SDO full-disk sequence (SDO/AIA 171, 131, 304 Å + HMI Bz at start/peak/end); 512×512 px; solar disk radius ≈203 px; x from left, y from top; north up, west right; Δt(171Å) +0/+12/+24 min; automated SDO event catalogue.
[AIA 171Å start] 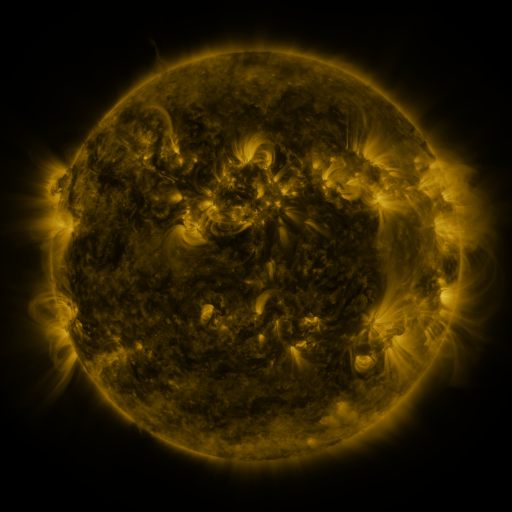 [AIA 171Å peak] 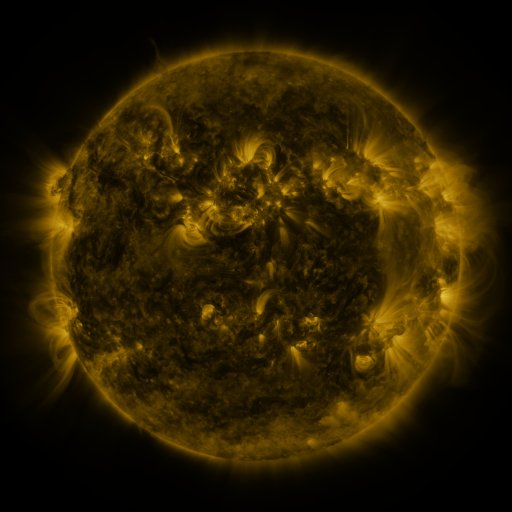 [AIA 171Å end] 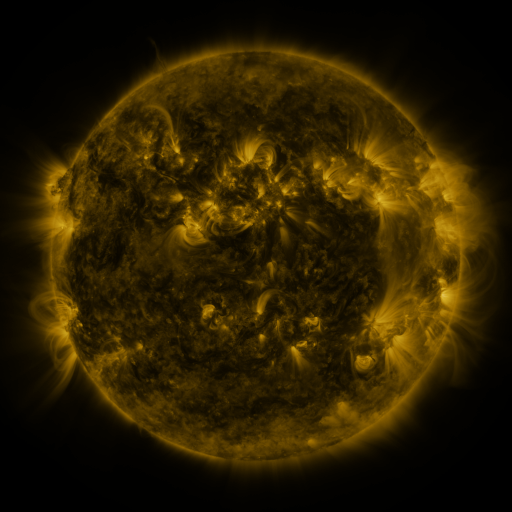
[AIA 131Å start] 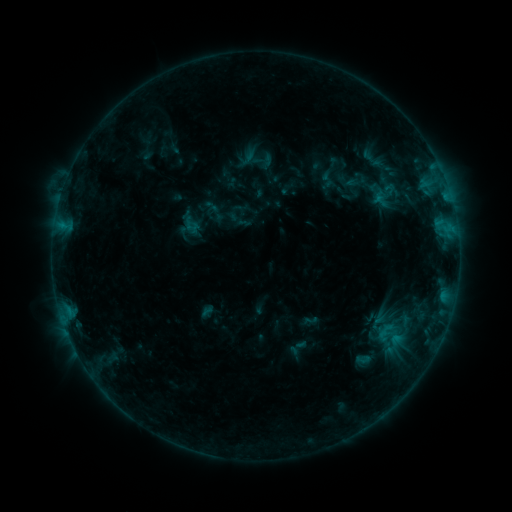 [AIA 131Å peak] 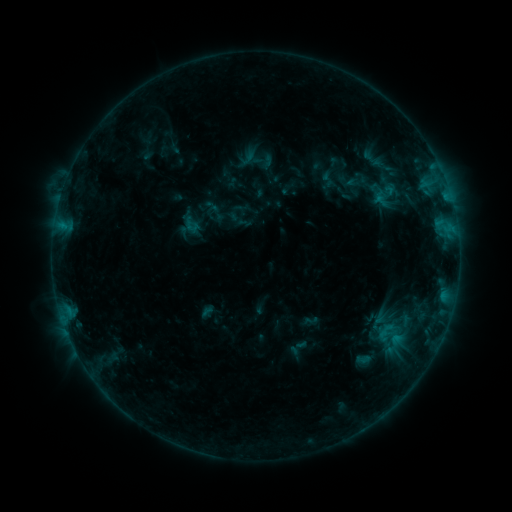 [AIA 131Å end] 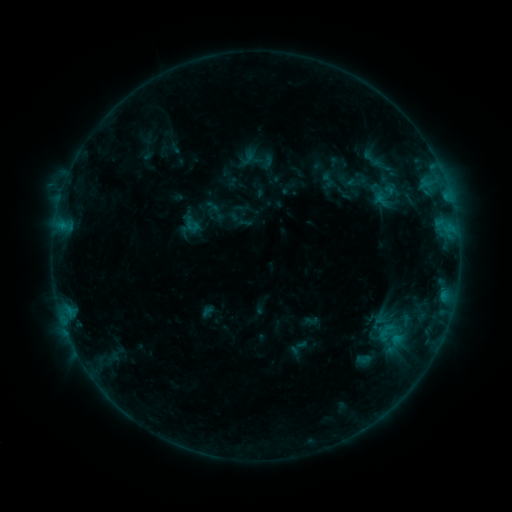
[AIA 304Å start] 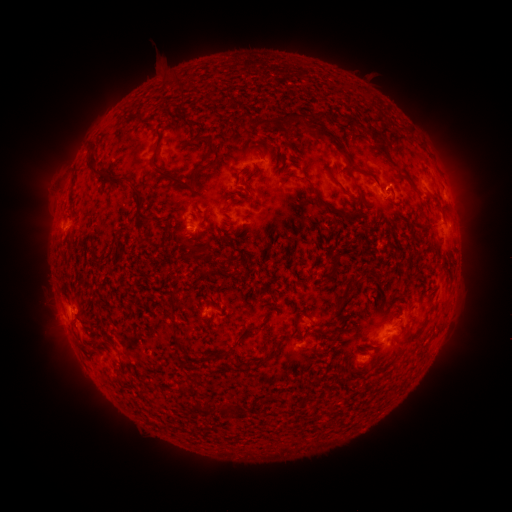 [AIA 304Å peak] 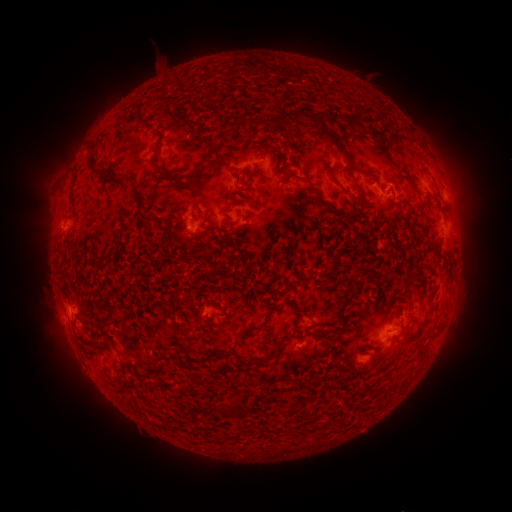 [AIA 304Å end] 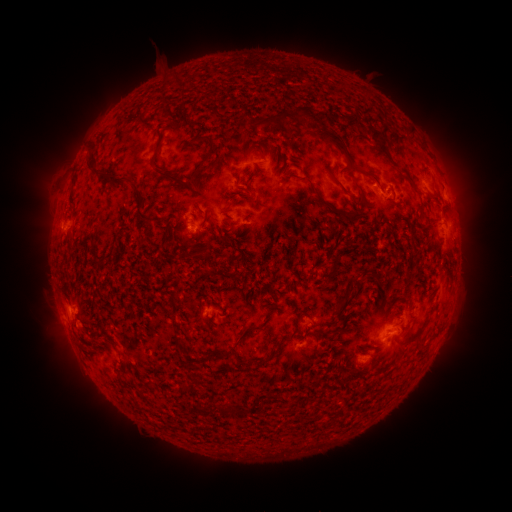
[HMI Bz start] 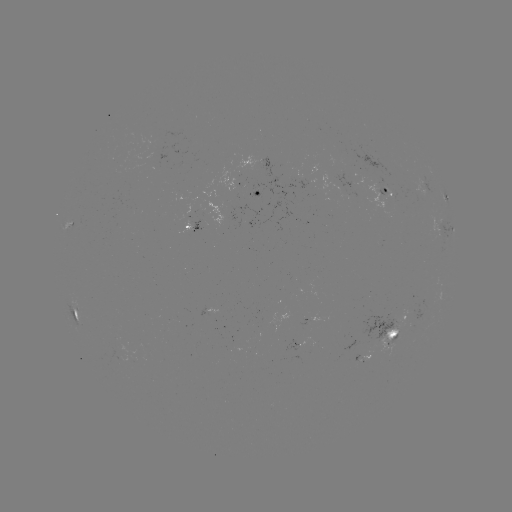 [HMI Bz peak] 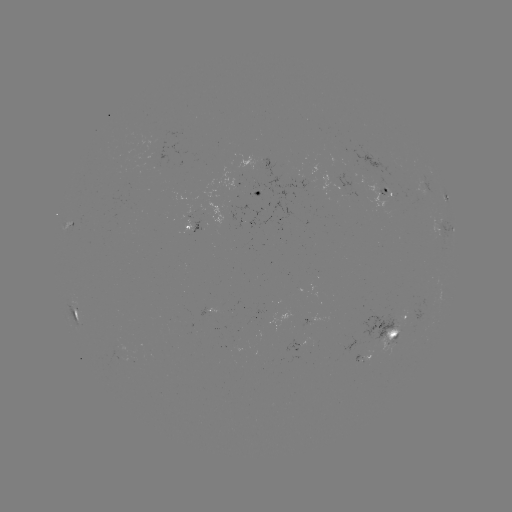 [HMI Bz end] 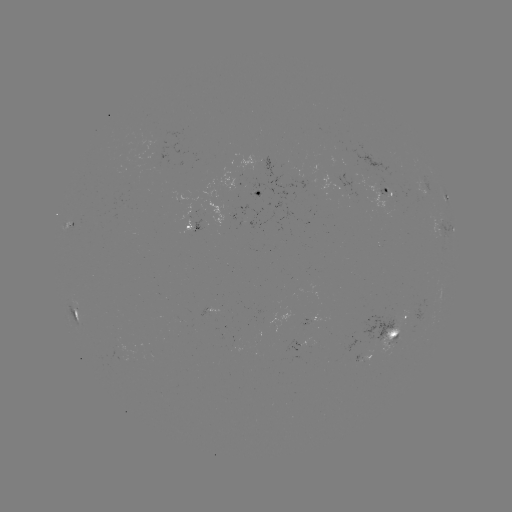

no flare in any classed list; no EUV-trigger detection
